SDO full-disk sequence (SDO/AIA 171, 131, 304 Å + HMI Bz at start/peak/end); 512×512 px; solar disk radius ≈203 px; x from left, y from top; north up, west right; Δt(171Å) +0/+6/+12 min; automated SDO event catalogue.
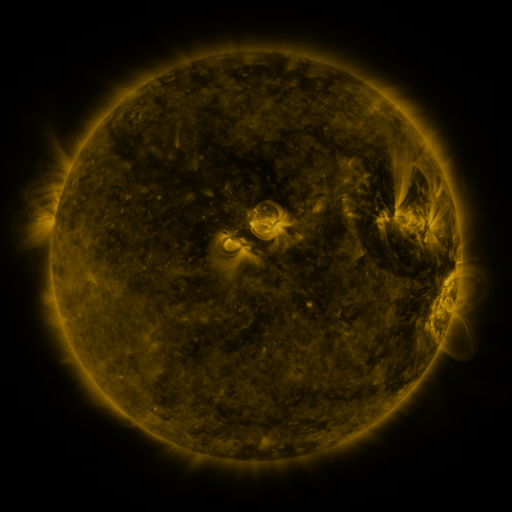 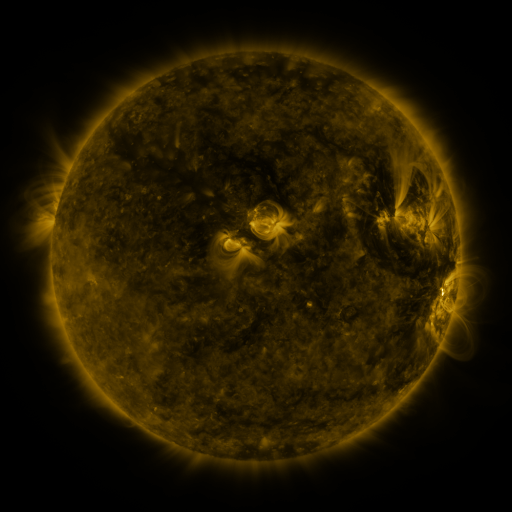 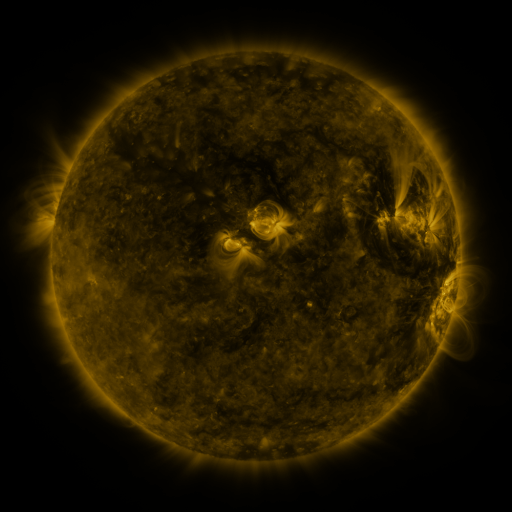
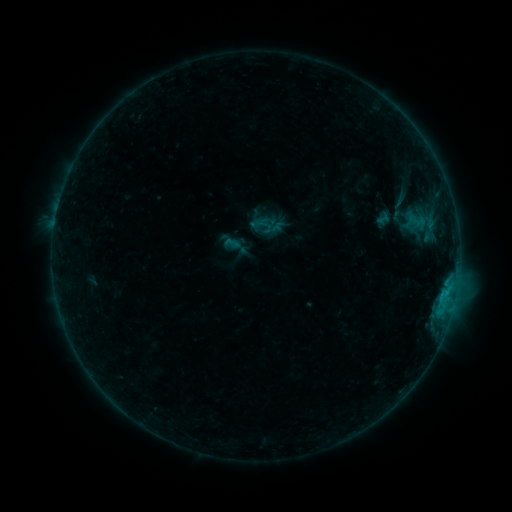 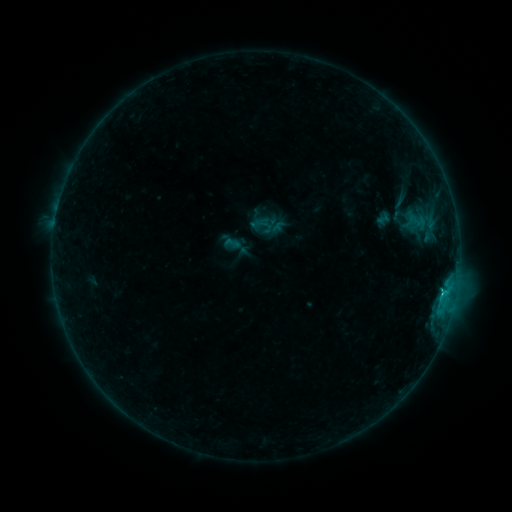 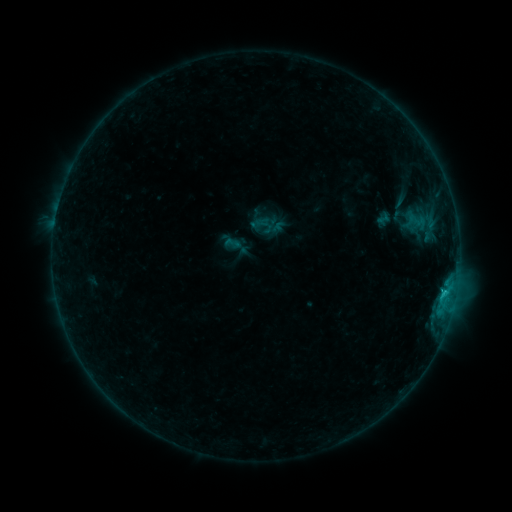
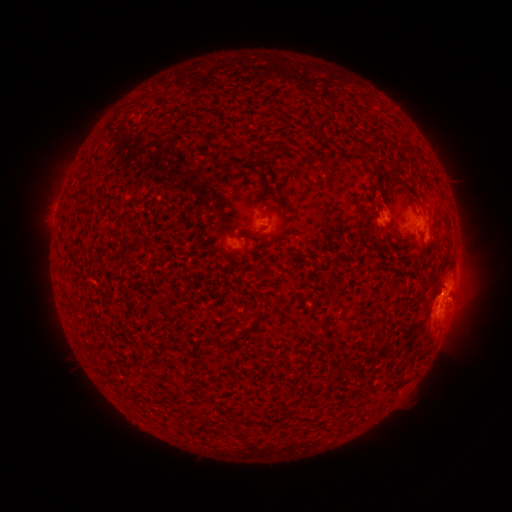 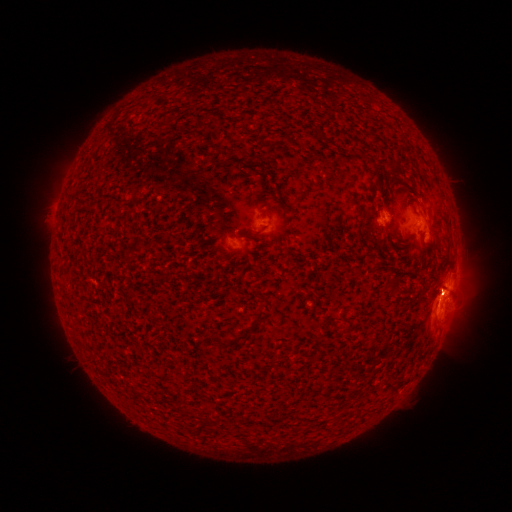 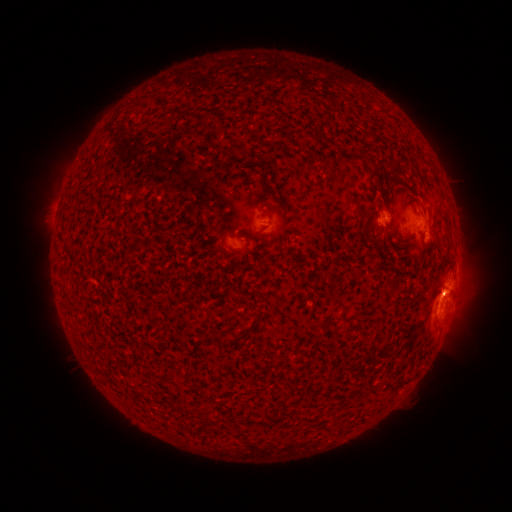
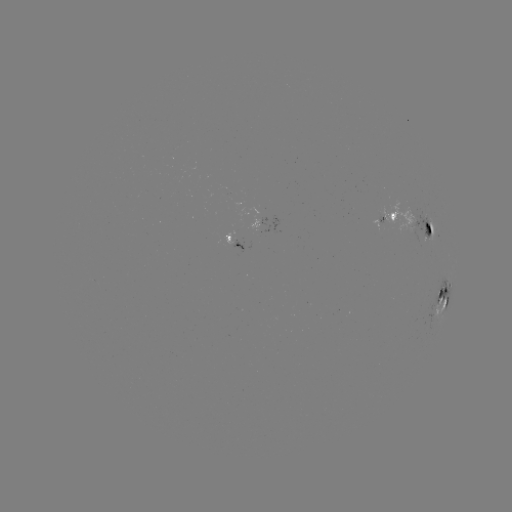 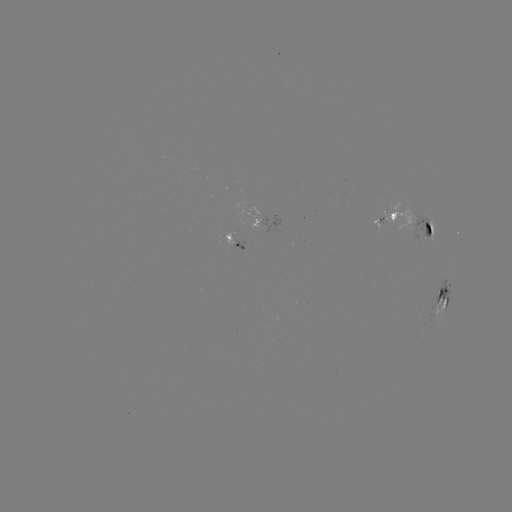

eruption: (425, 270, 482, 322)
